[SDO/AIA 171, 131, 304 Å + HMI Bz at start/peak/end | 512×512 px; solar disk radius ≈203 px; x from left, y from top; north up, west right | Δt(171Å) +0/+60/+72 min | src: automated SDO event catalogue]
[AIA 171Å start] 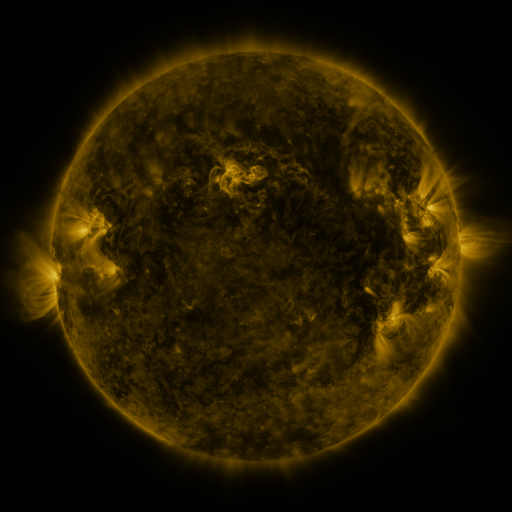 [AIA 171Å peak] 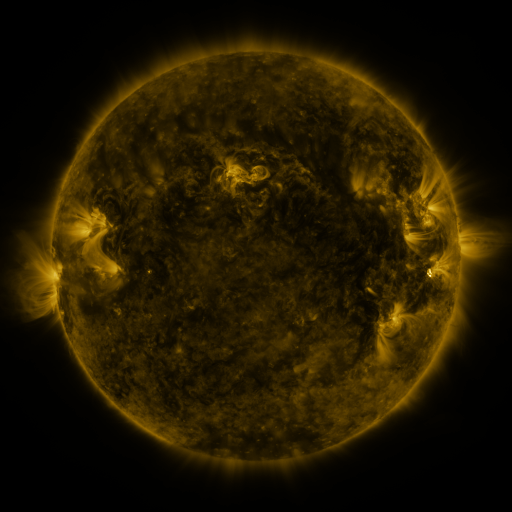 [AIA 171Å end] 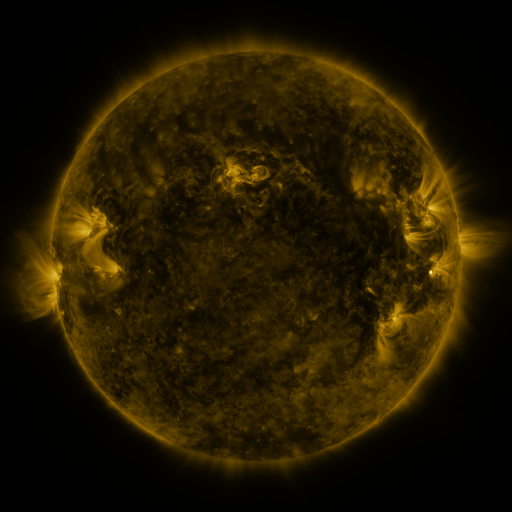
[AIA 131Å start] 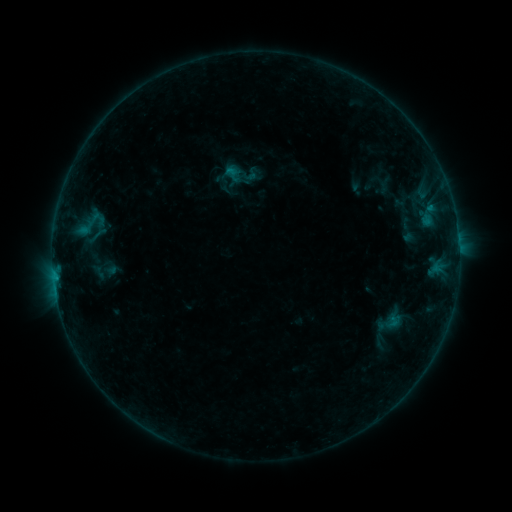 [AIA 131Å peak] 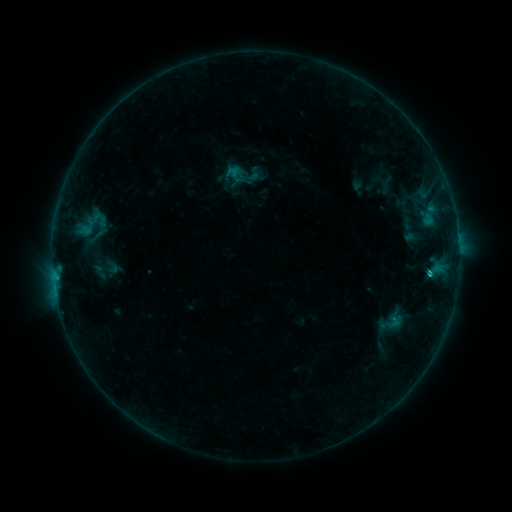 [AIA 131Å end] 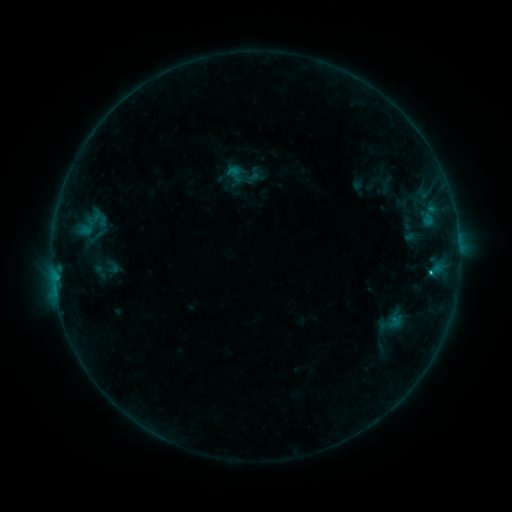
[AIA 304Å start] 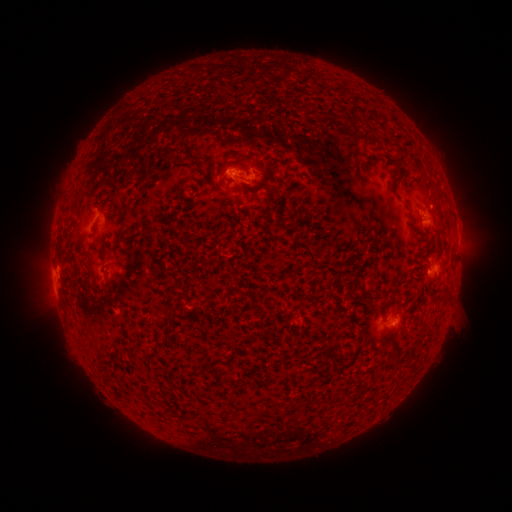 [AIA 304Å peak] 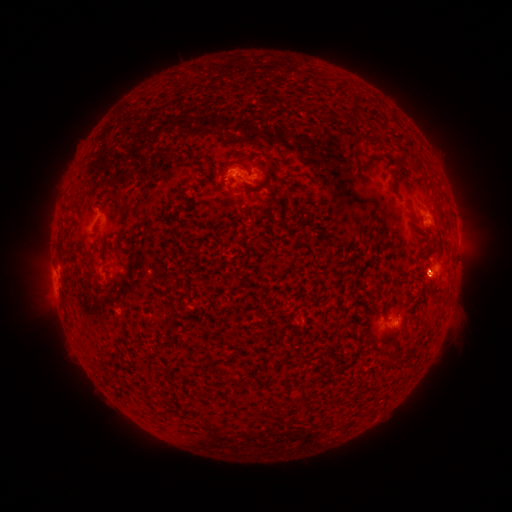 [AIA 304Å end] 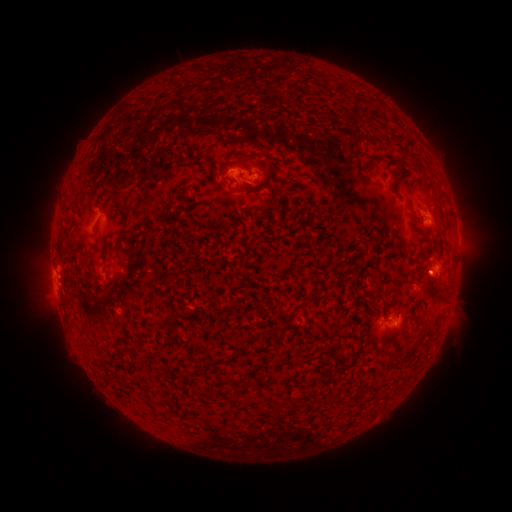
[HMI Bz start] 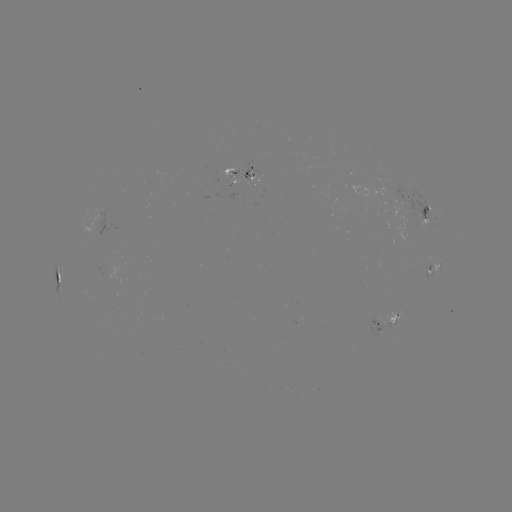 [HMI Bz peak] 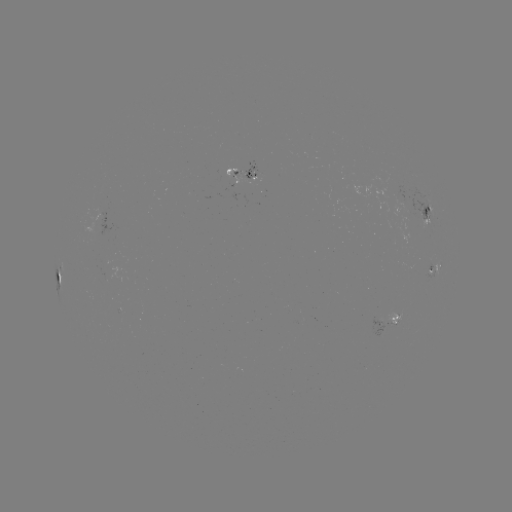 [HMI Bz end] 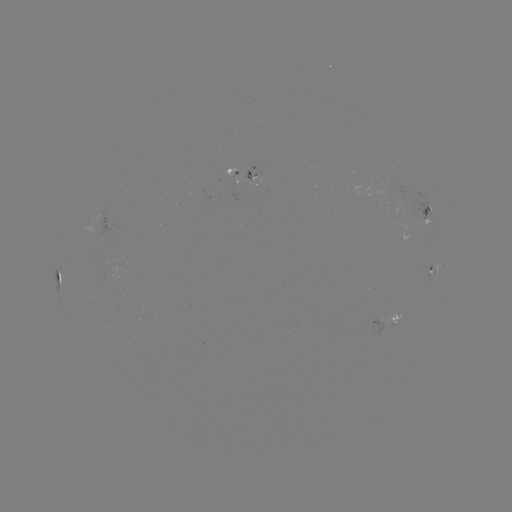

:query emerging-flux region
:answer (393, 321)